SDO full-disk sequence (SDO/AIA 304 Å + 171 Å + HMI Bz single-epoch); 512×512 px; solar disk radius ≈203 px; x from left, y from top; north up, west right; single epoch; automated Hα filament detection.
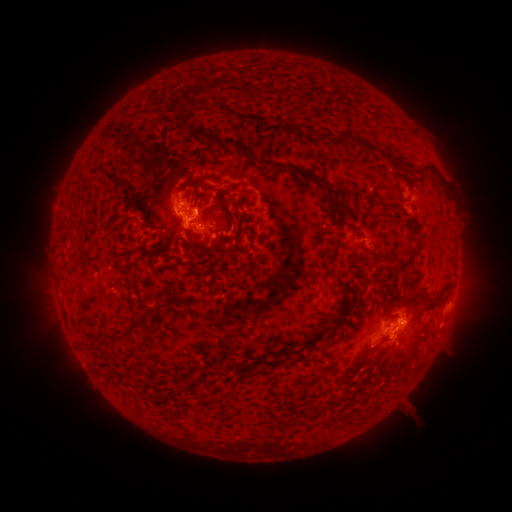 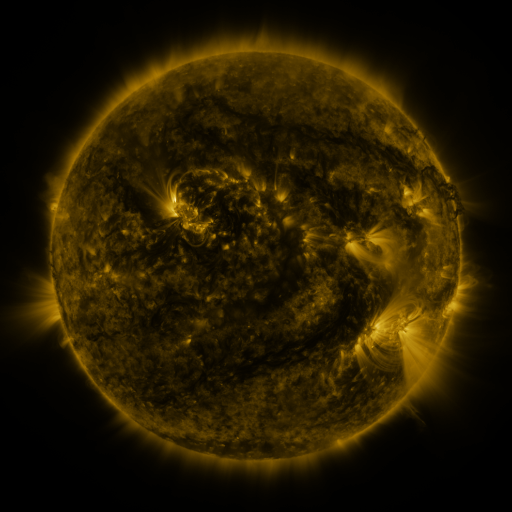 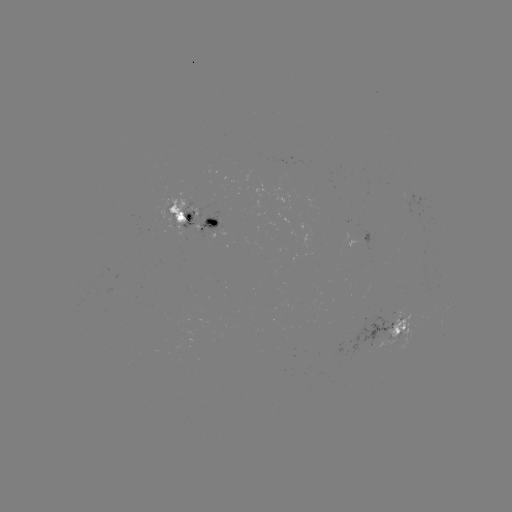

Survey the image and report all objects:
filament: (196, 133)
filament: (320, 135)
filament: (353, 140)
filament: (239, 146)
filament: (394, 162)
filament: (427, 165)
filament: (298, 170)
filament: (122, 187)
filament: (197, 193)
filament: (338, 210)
filament: (227, 212)
filament: (237, 228)
filament: (355, 229)
filament: (193, 243)
filament: (161, 248)
filament: (425, 296)
filament: (133, 329)
filament: (318, 333)
filament: (379, 342)
filament: (289, 352)
